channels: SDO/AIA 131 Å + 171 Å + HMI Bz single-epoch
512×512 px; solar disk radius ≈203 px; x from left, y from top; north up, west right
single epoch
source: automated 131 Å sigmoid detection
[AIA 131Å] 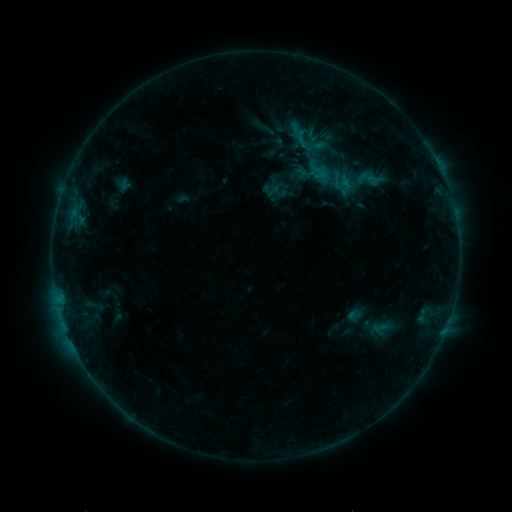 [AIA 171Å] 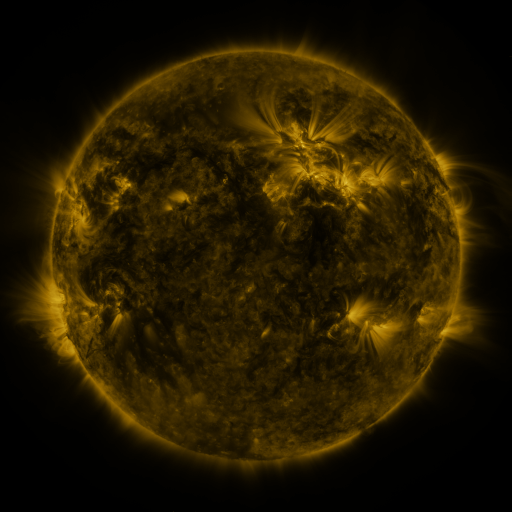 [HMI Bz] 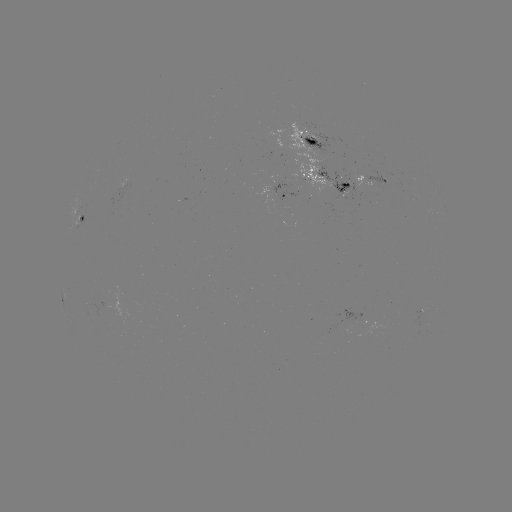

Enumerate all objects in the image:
sigmoid: (314, 145)
sigmoid: (369, 179)
